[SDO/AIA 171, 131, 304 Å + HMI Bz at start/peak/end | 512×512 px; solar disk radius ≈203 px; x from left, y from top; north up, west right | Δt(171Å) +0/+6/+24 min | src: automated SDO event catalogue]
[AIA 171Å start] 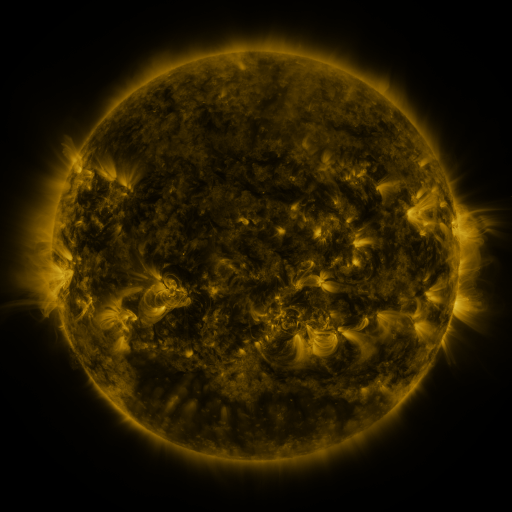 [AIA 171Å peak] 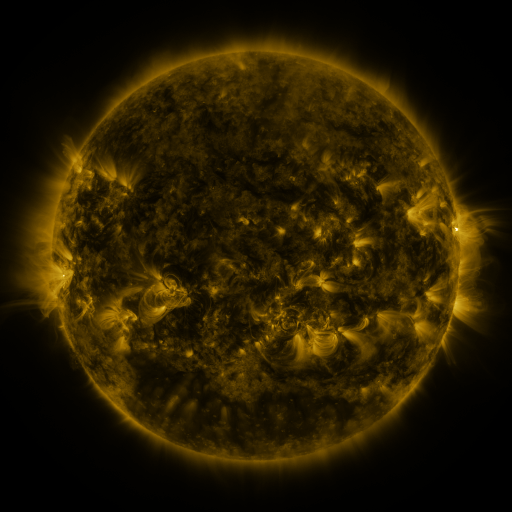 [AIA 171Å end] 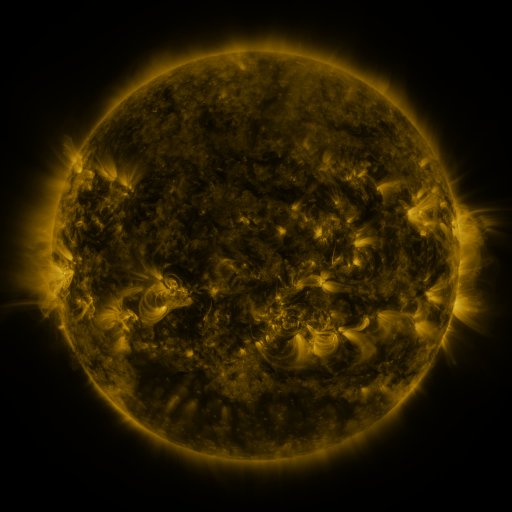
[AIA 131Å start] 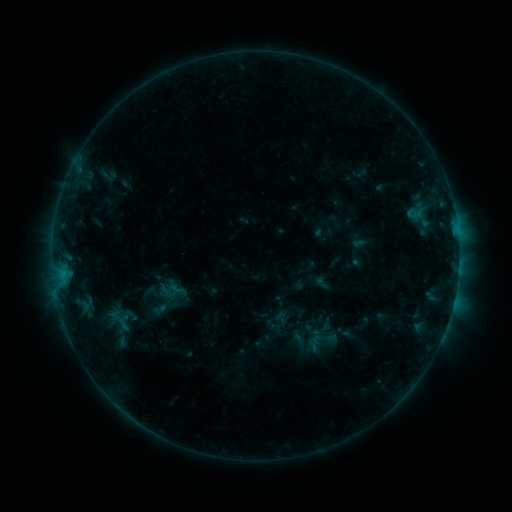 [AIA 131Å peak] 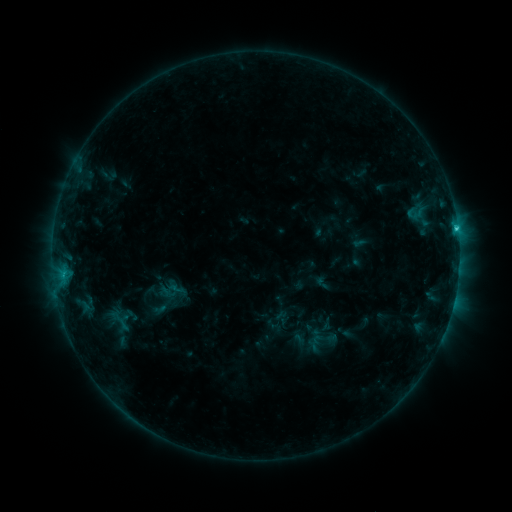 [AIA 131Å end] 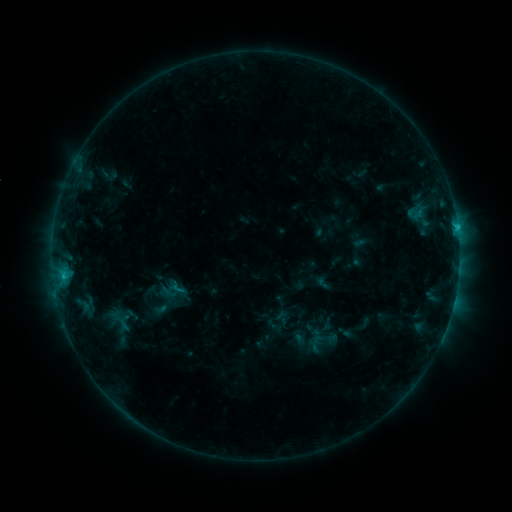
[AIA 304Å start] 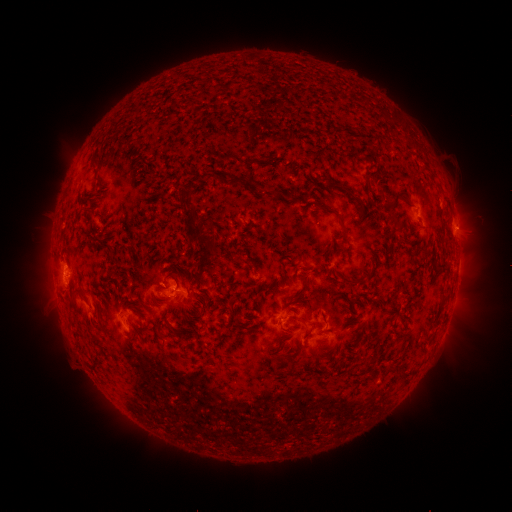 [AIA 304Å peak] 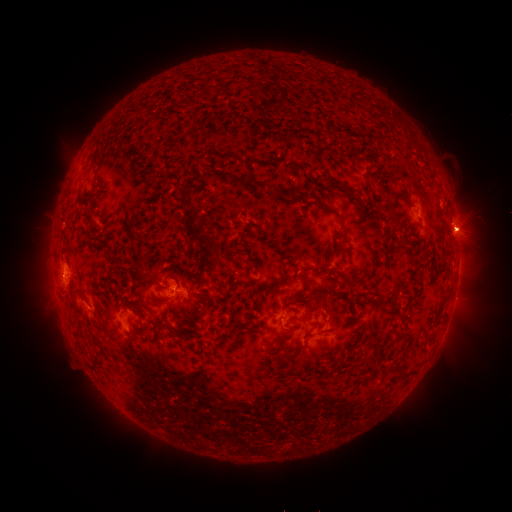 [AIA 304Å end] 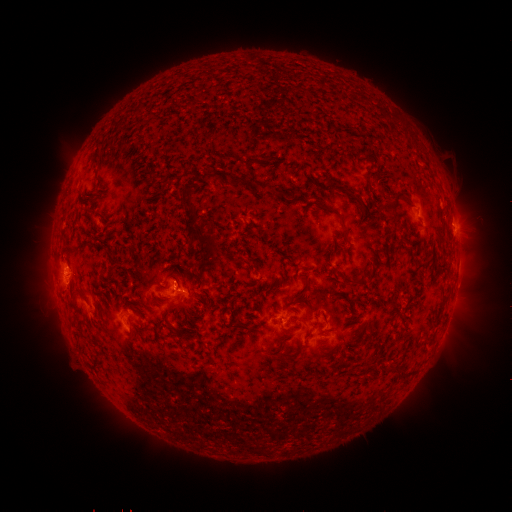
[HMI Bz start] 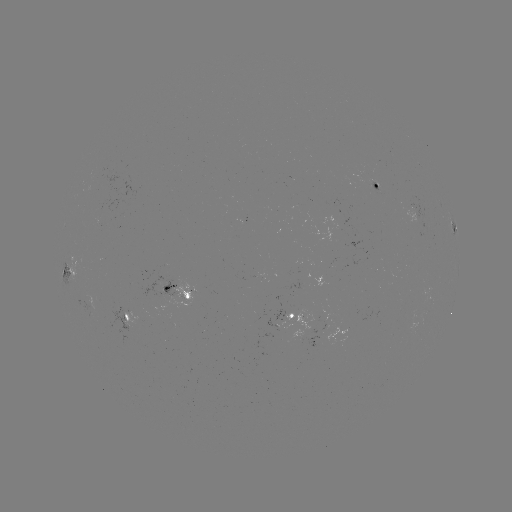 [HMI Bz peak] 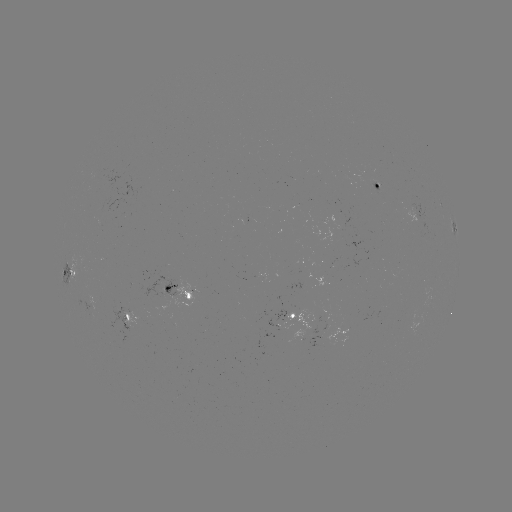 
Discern C1.9 flare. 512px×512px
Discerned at [456, 230].